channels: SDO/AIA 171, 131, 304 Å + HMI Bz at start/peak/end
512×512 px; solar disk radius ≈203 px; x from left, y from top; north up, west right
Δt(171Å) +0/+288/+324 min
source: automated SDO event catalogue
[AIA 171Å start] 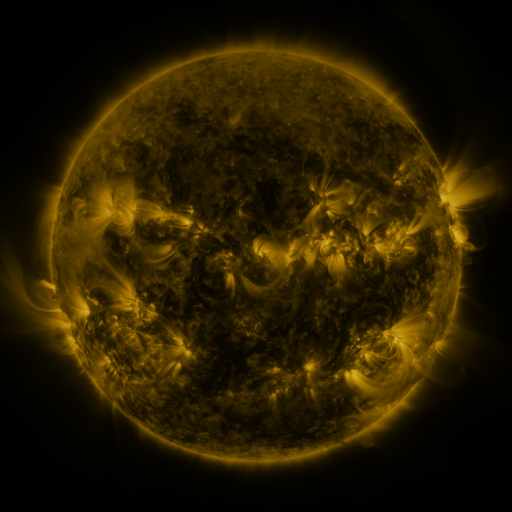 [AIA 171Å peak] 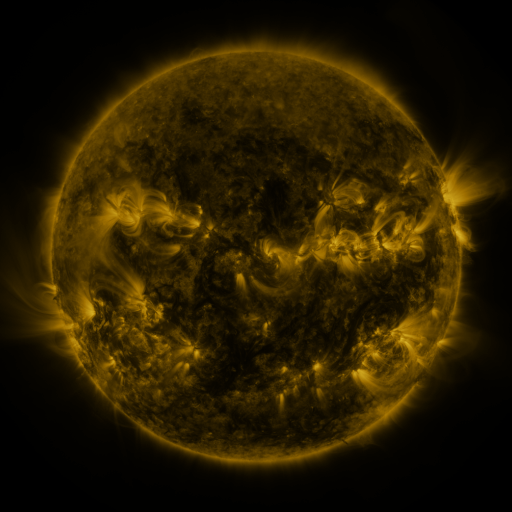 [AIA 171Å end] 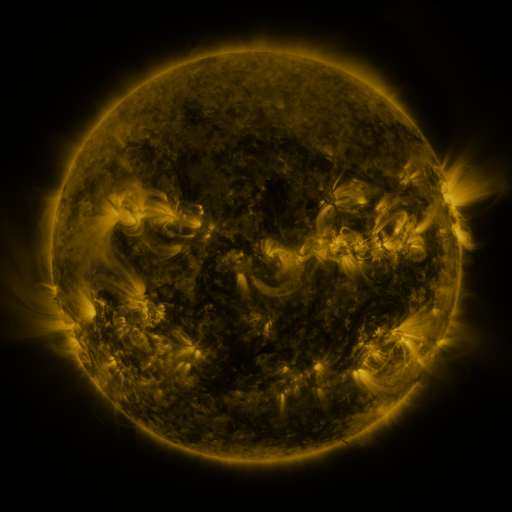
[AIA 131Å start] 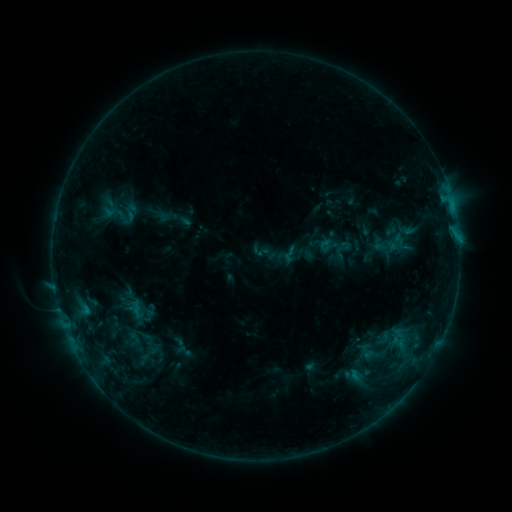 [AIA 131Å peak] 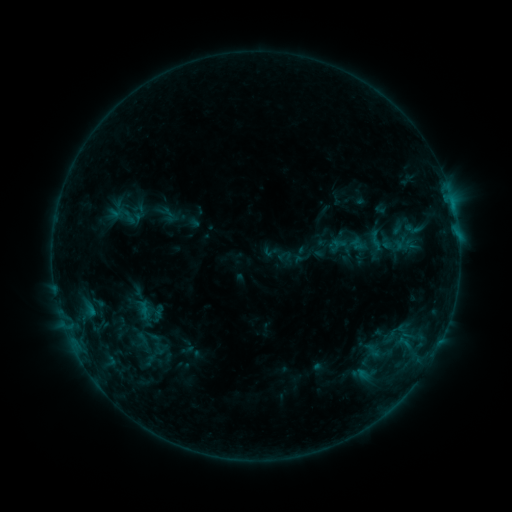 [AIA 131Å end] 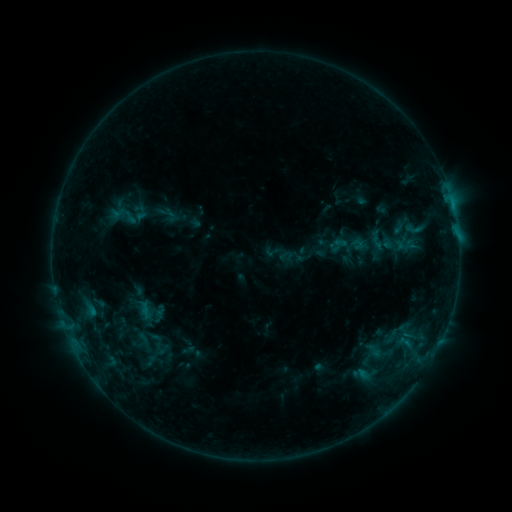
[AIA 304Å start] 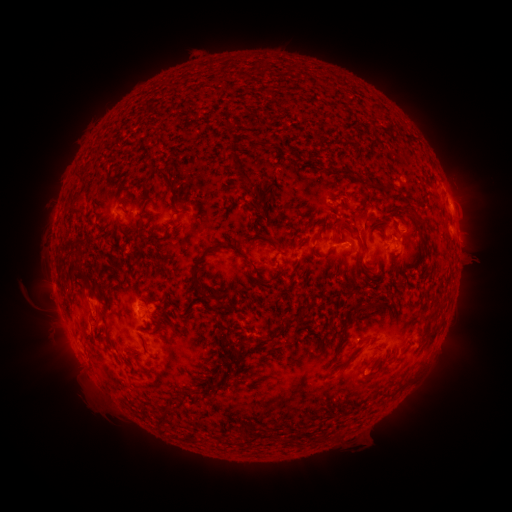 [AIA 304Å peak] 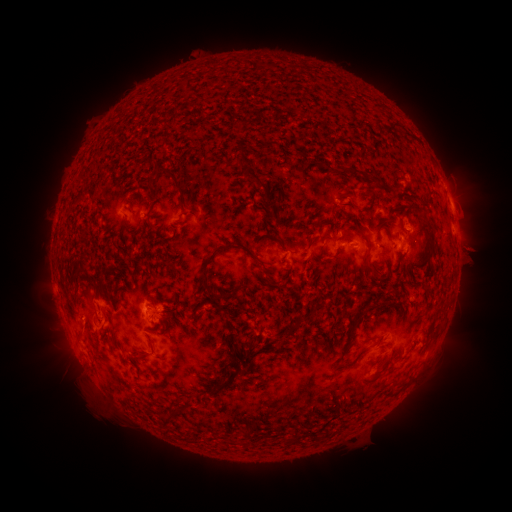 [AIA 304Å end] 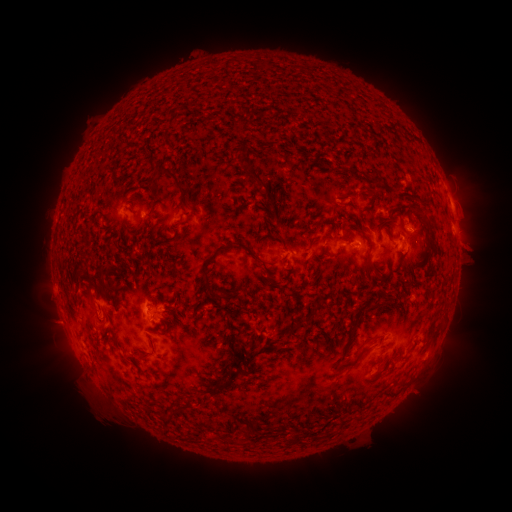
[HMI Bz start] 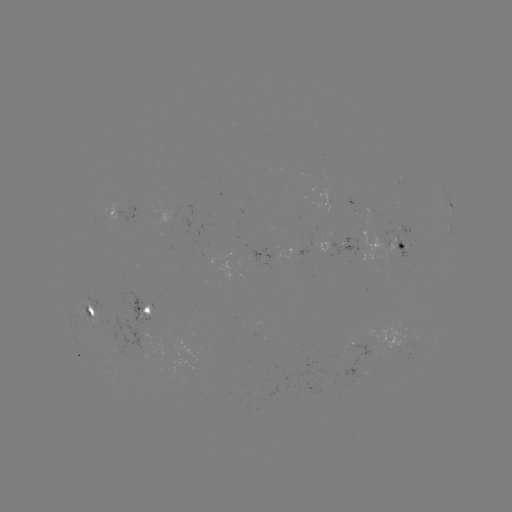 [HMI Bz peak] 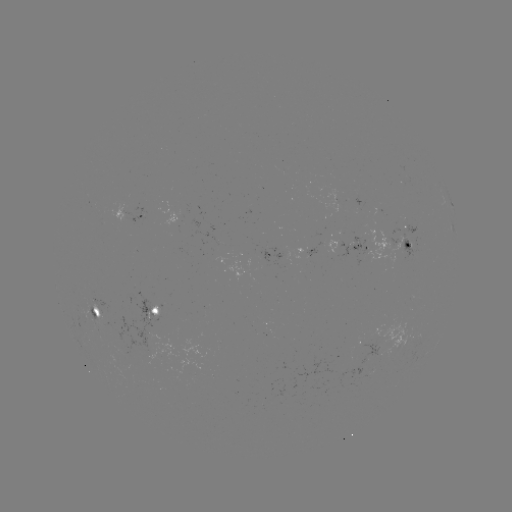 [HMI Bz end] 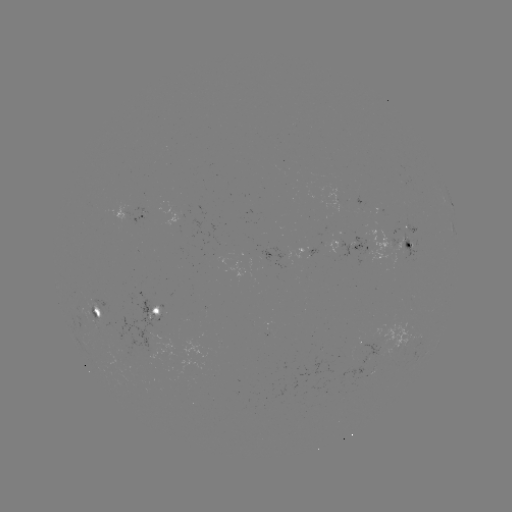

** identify emerging-flux region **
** (400, 229) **